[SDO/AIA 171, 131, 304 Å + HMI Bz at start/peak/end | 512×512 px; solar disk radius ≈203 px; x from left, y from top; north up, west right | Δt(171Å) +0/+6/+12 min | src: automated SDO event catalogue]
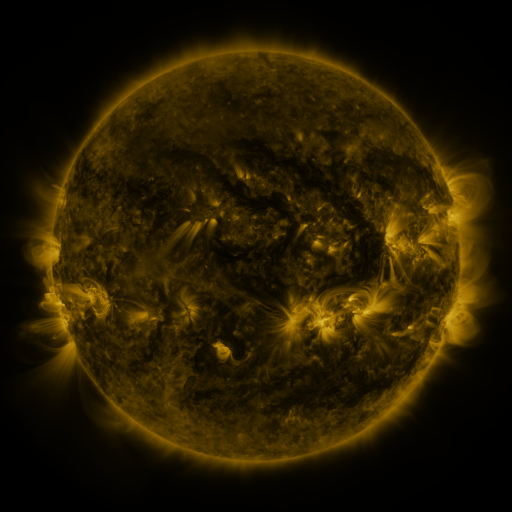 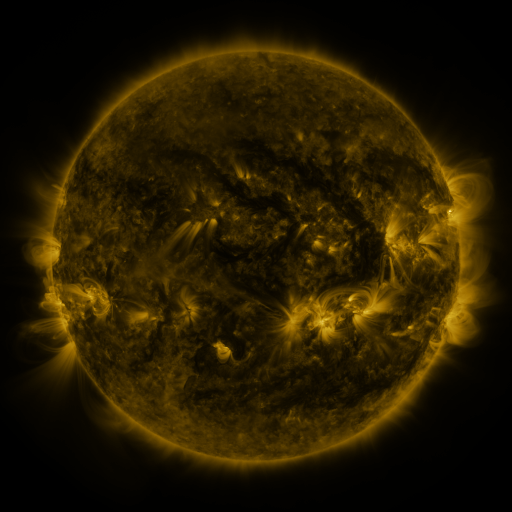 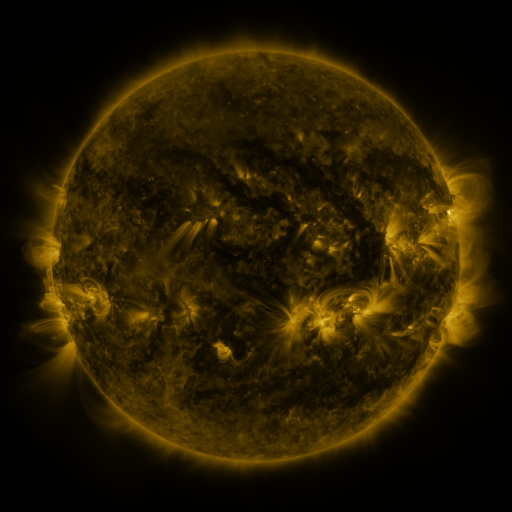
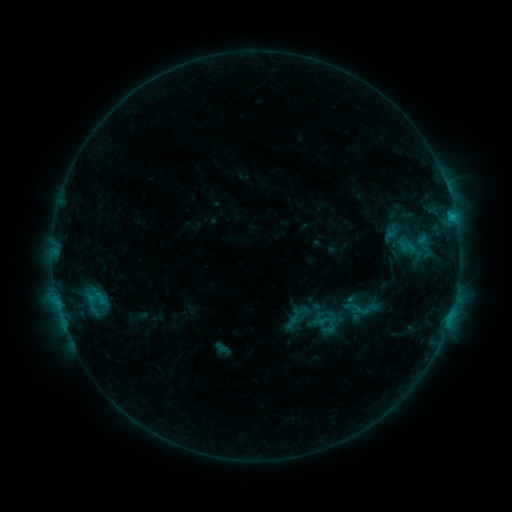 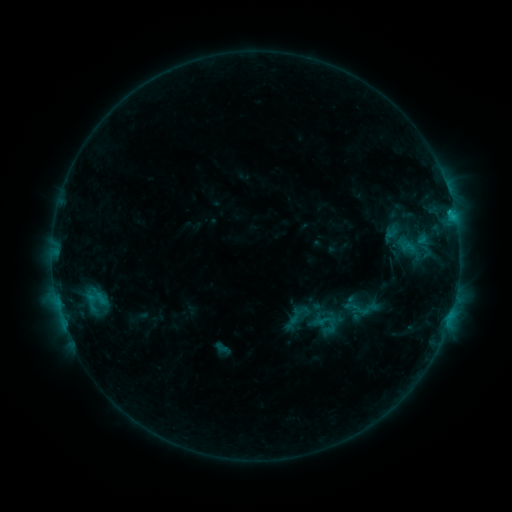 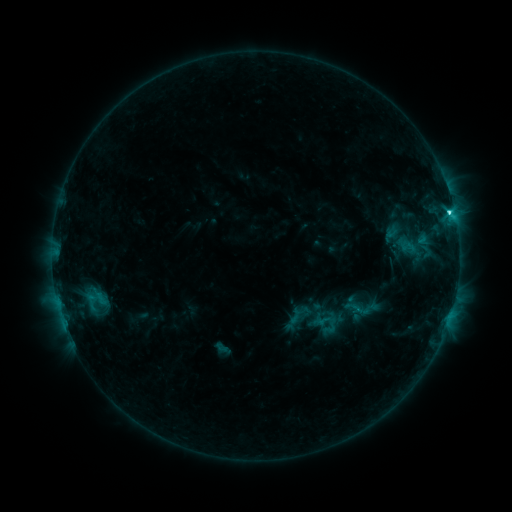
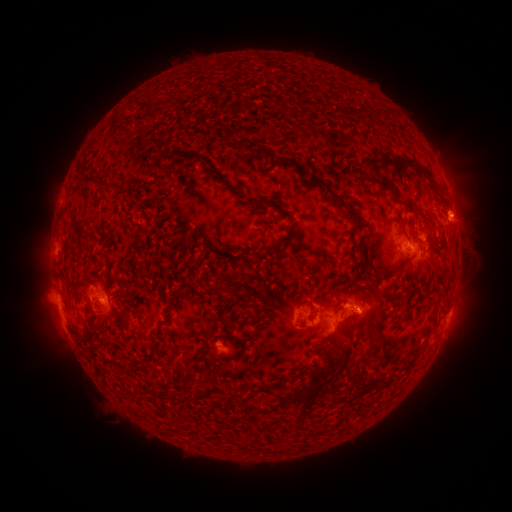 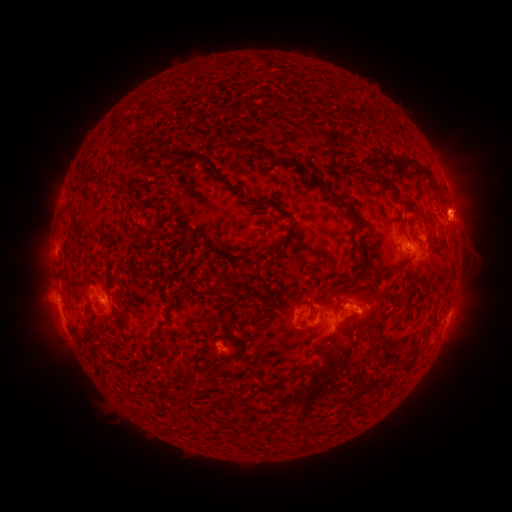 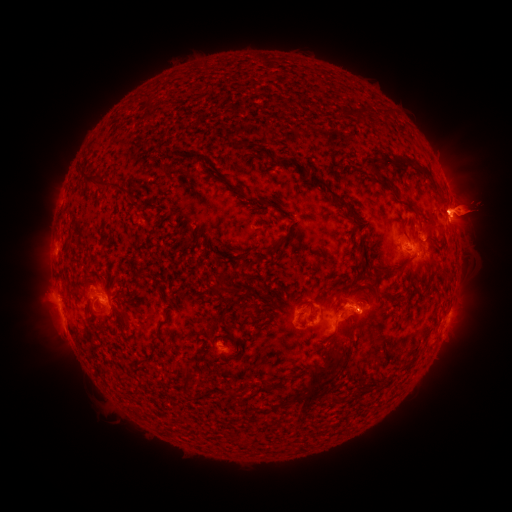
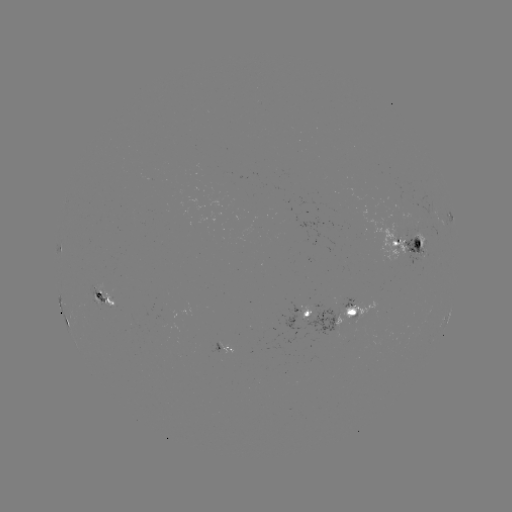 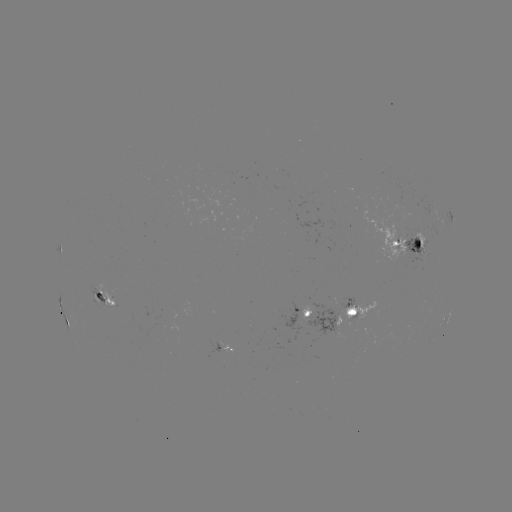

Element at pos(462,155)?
eruption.